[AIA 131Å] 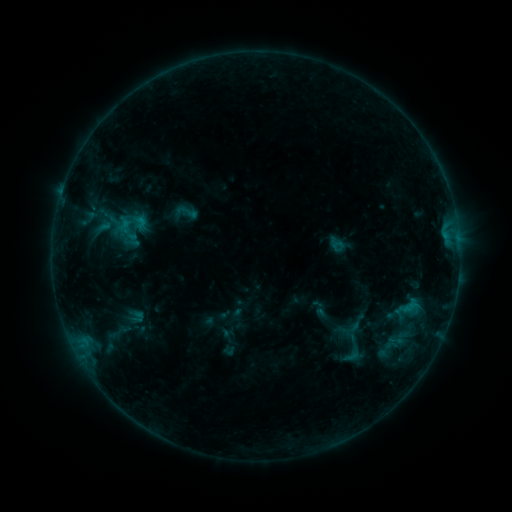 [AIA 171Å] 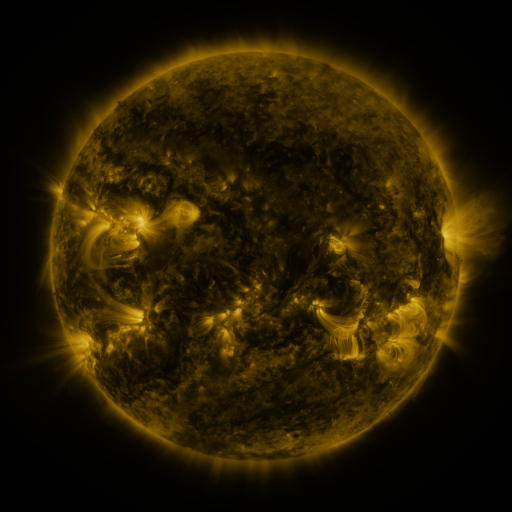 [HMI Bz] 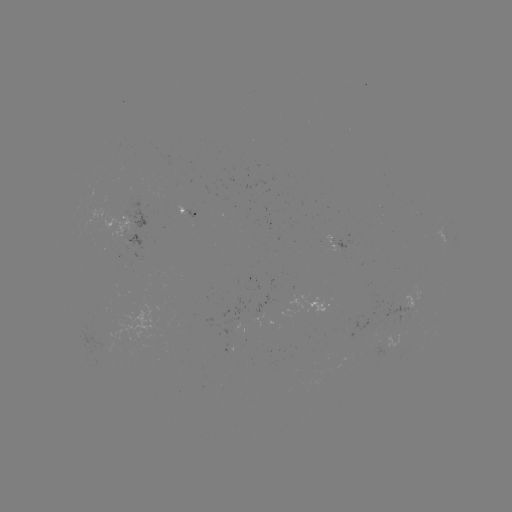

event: sigmoid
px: (187, 212)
